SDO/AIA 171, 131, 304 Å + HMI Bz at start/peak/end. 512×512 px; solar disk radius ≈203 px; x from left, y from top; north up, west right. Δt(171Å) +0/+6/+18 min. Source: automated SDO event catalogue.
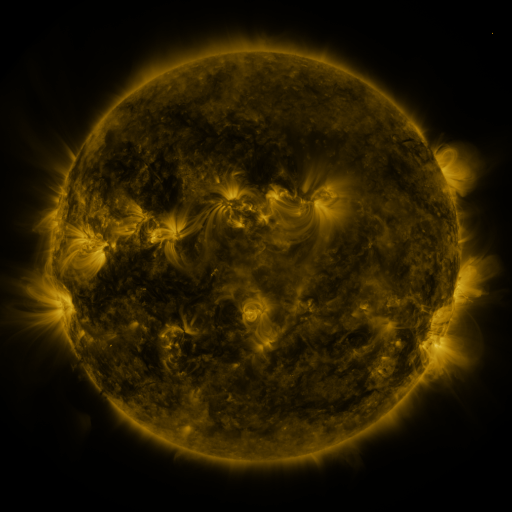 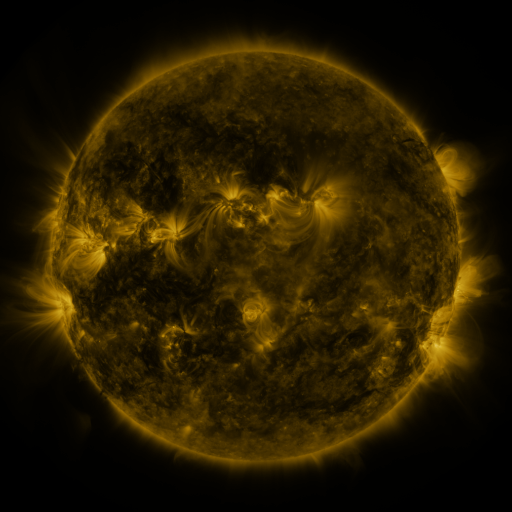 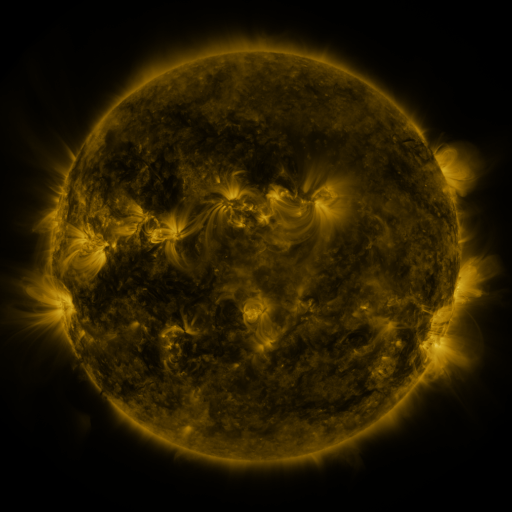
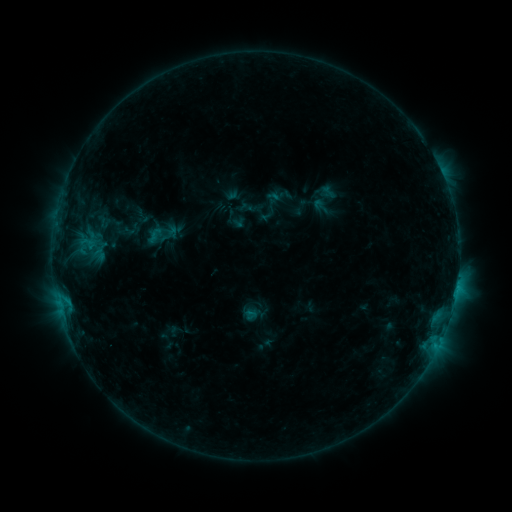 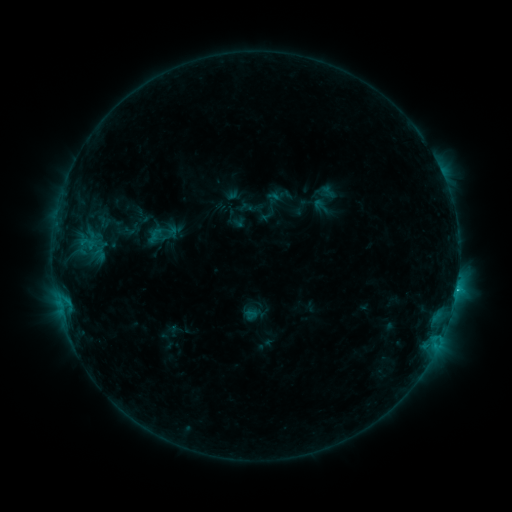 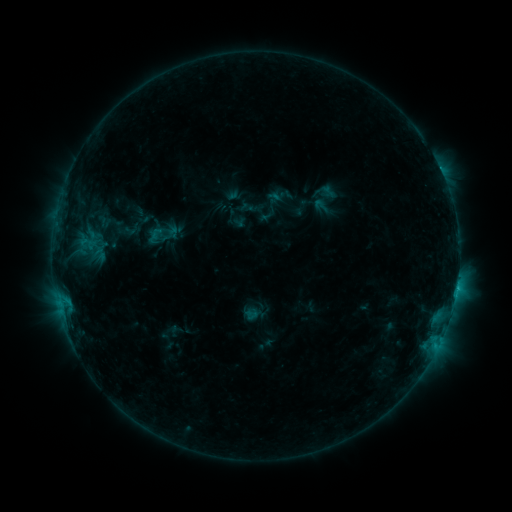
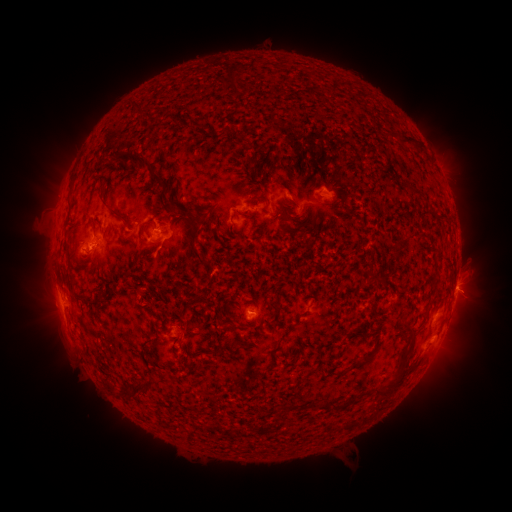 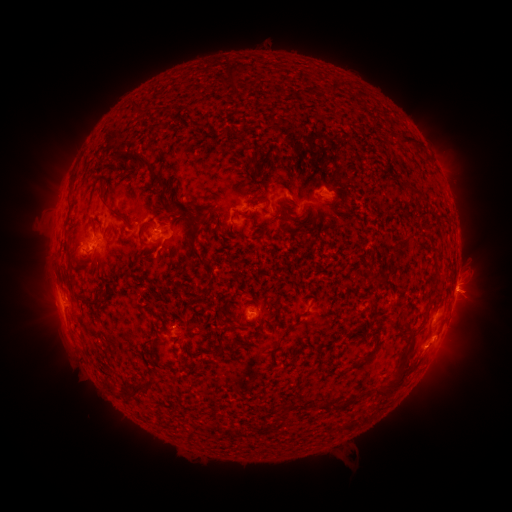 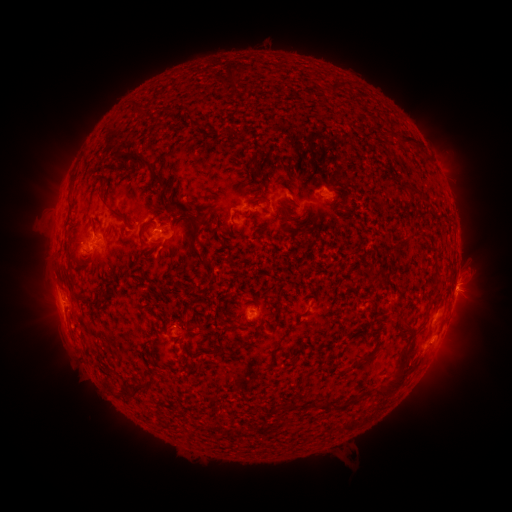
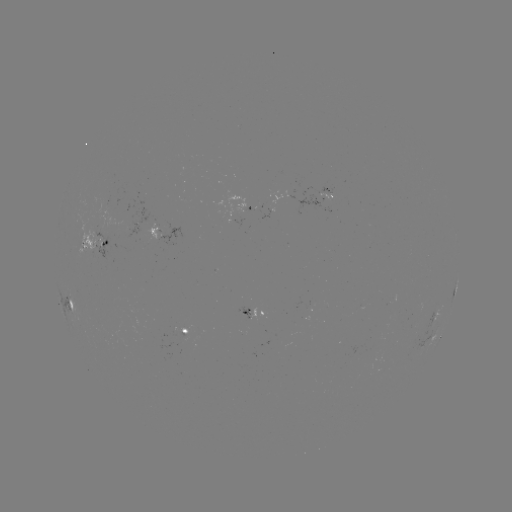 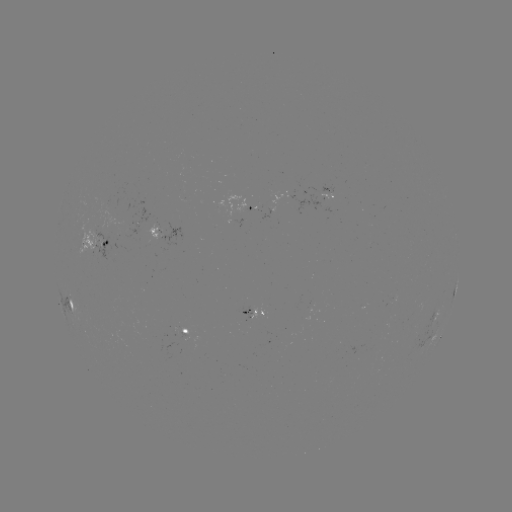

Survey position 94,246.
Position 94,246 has C1.4 flare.